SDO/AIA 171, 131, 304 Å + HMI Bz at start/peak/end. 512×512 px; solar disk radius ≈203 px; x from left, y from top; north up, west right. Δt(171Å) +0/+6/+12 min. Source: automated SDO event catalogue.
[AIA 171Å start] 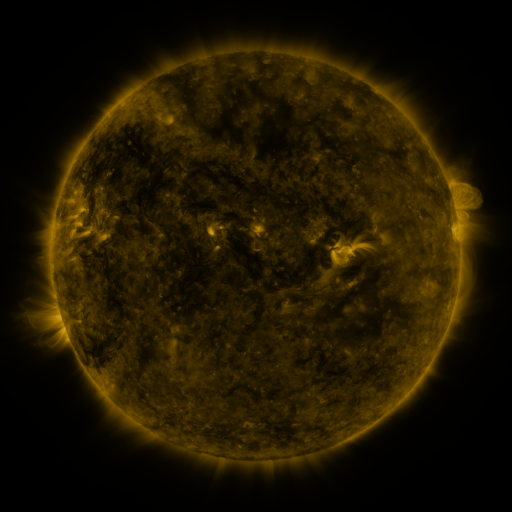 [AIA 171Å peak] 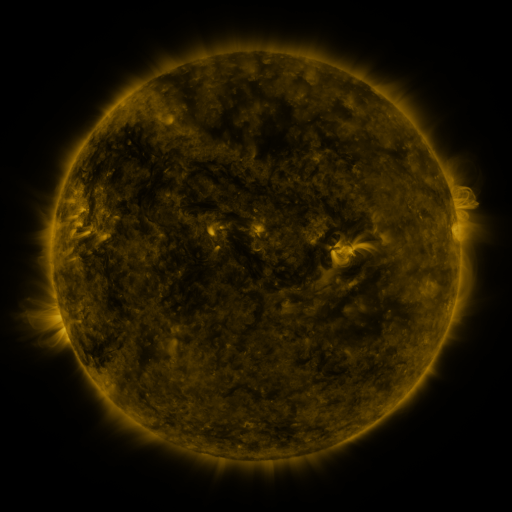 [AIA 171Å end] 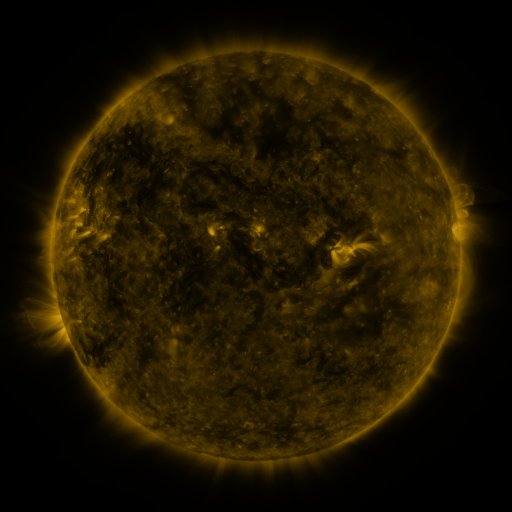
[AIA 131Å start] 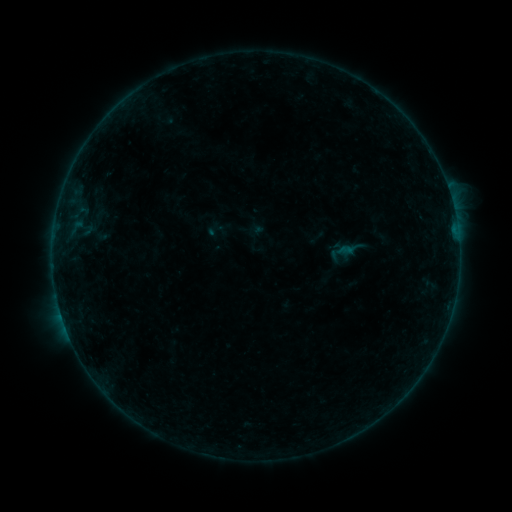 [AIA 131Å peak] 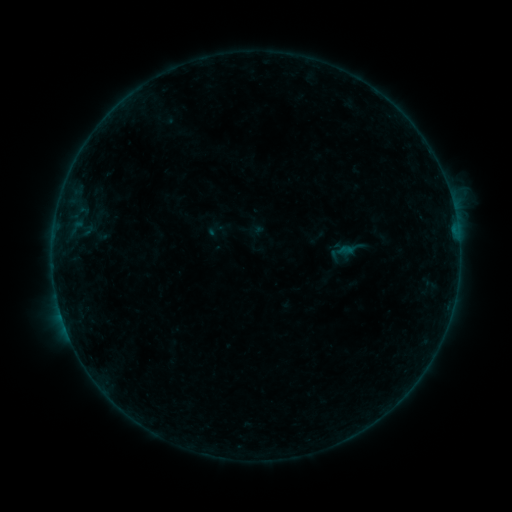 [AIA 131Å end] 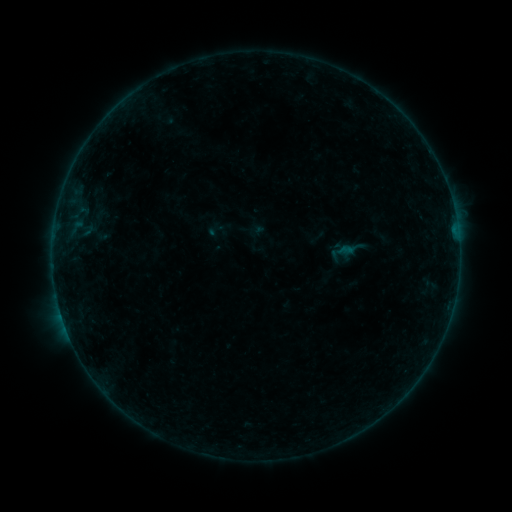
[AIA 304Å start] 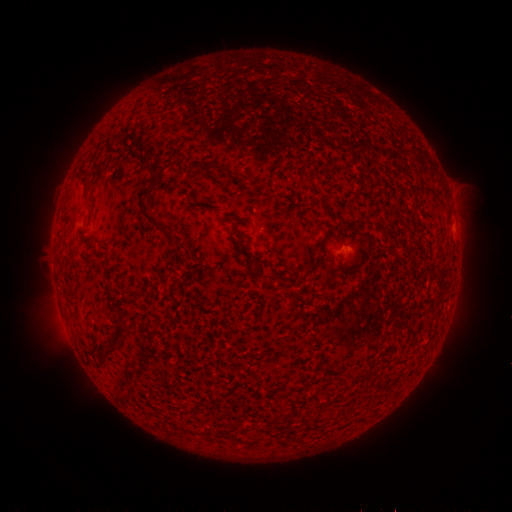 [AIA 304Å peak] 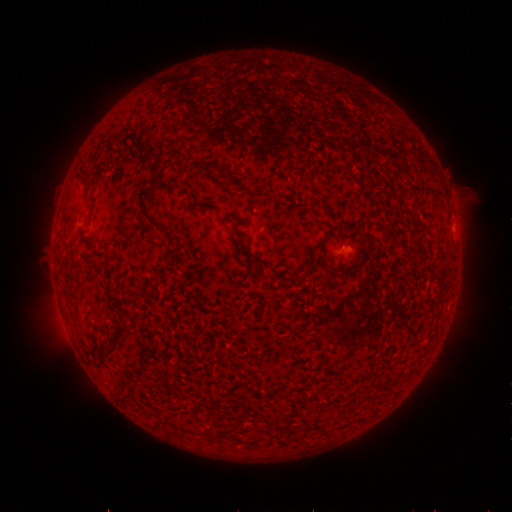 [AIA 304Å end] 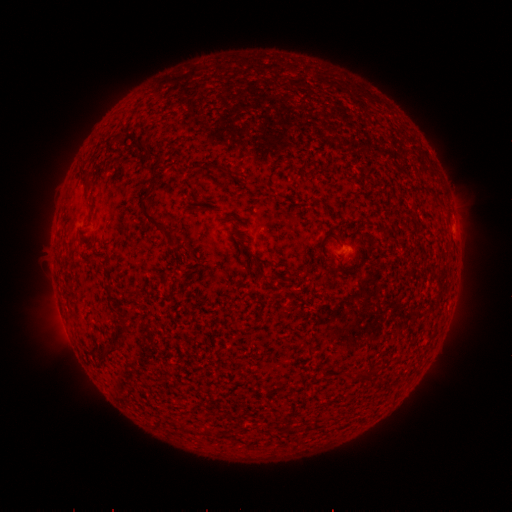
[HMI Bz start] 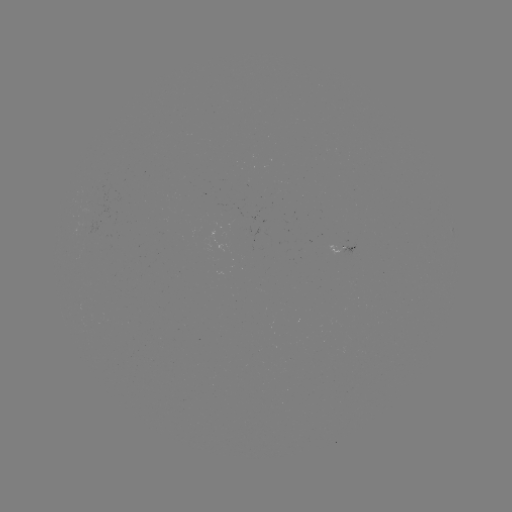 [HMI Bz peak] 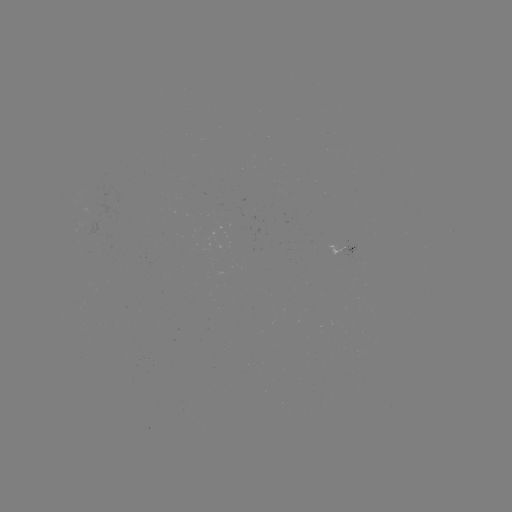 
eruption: <bbox>373, 115, 511, 272</bbox>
